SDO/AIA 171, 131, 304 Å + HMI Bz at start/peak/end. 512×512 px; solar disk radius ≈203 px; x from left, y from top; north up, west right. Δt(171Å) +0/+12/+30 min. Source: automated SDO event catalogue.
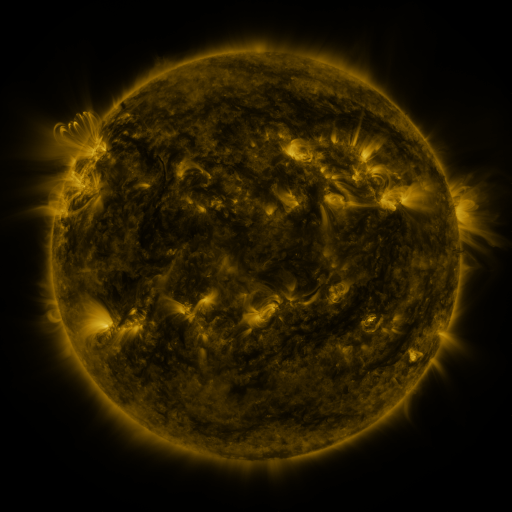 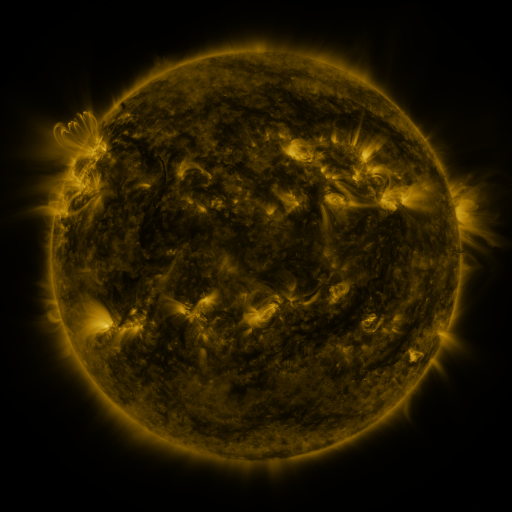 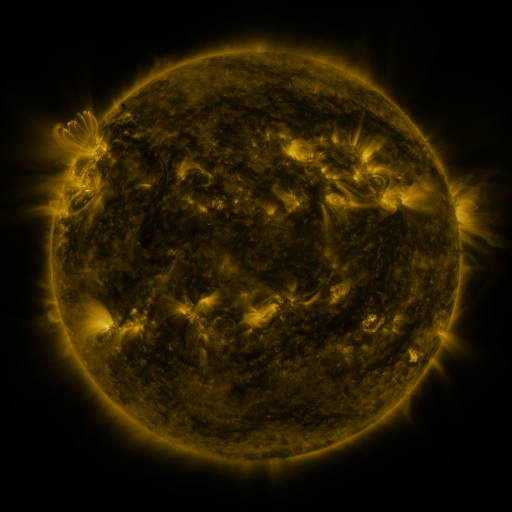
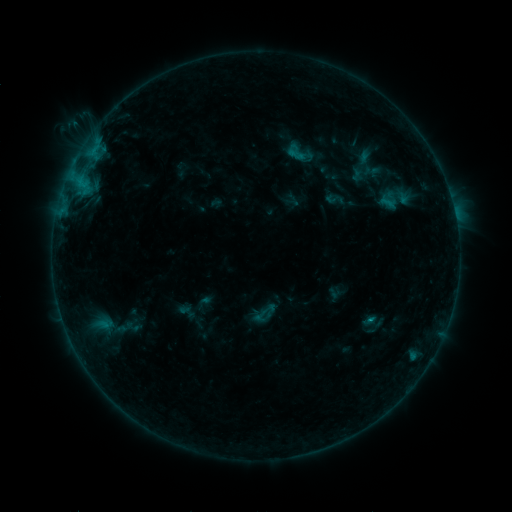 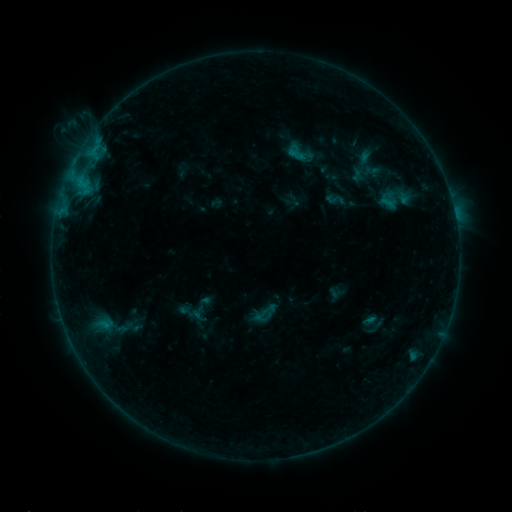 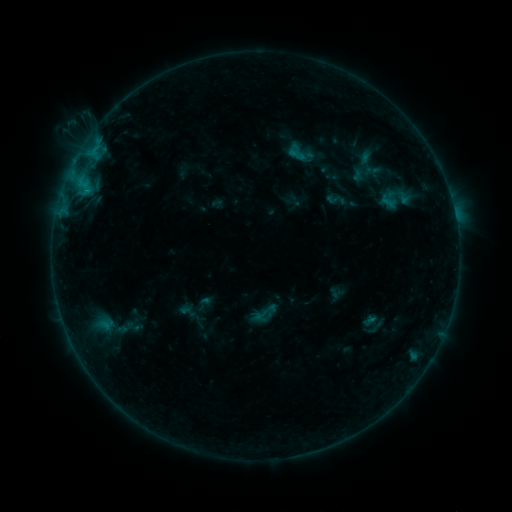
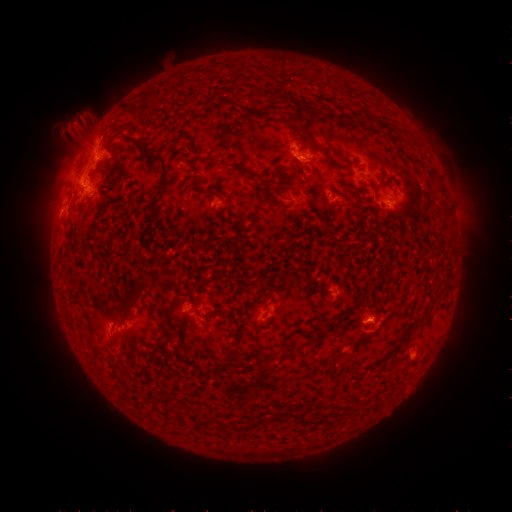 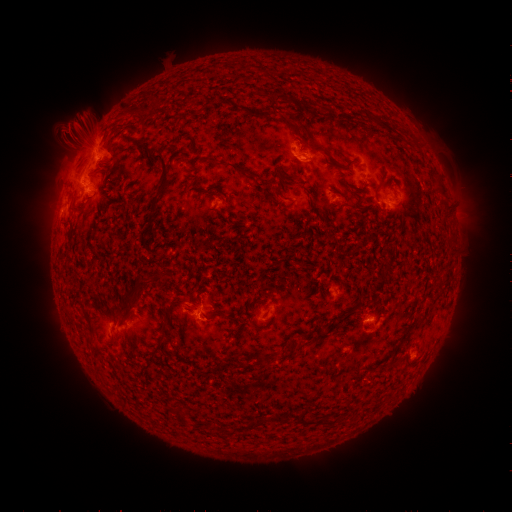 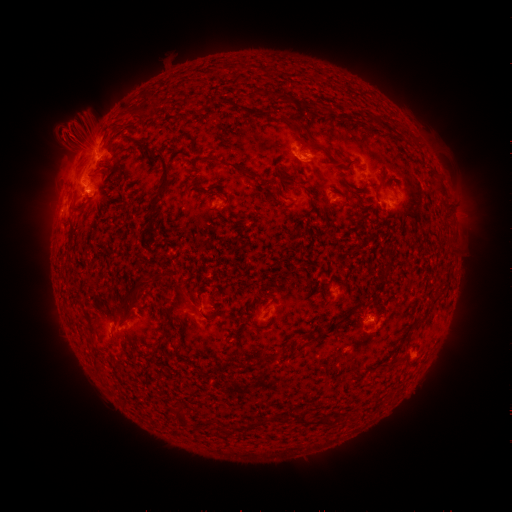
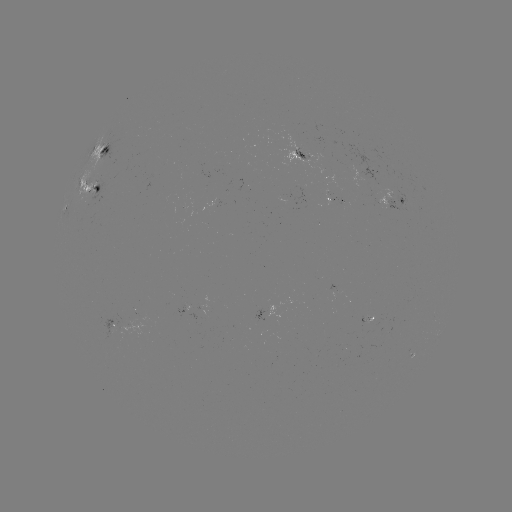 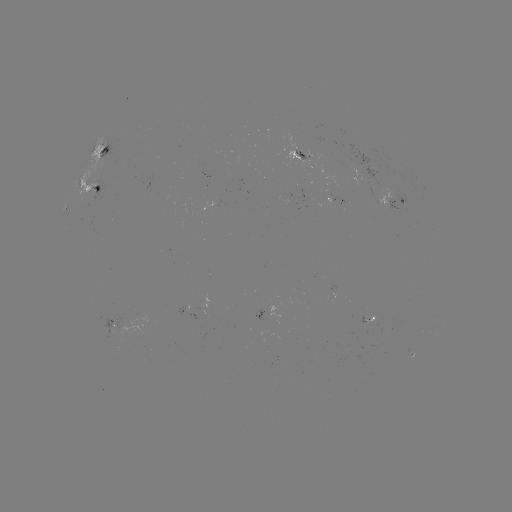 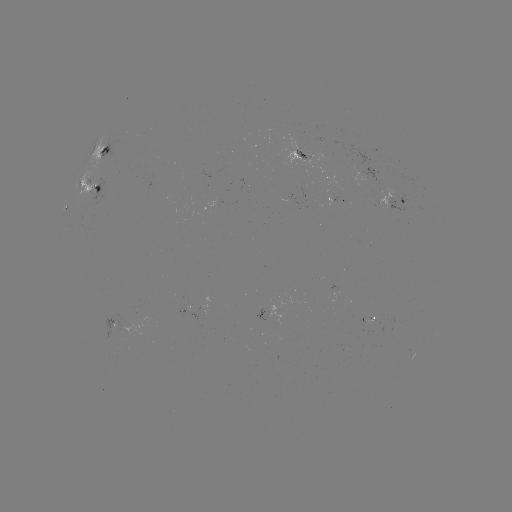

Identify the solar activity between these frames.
eruption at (73, 137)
